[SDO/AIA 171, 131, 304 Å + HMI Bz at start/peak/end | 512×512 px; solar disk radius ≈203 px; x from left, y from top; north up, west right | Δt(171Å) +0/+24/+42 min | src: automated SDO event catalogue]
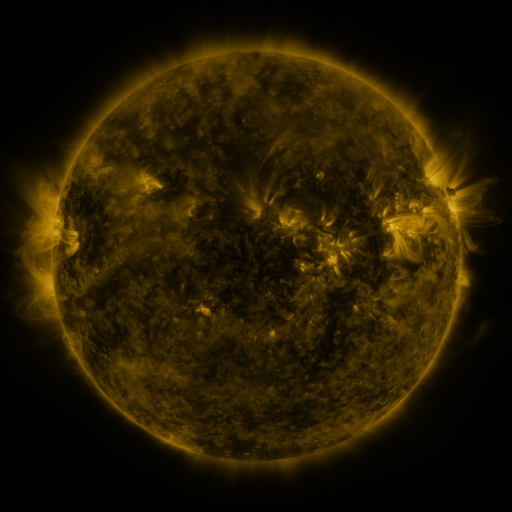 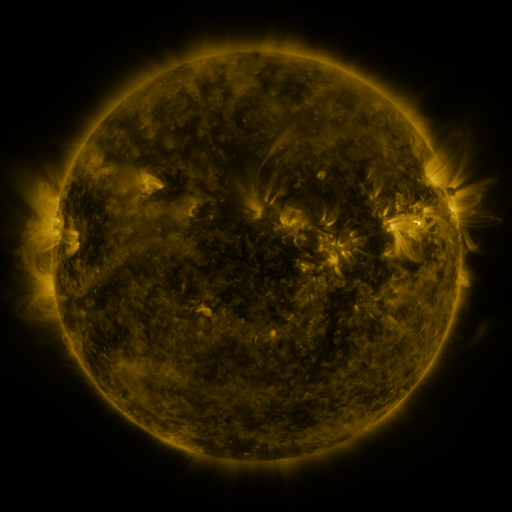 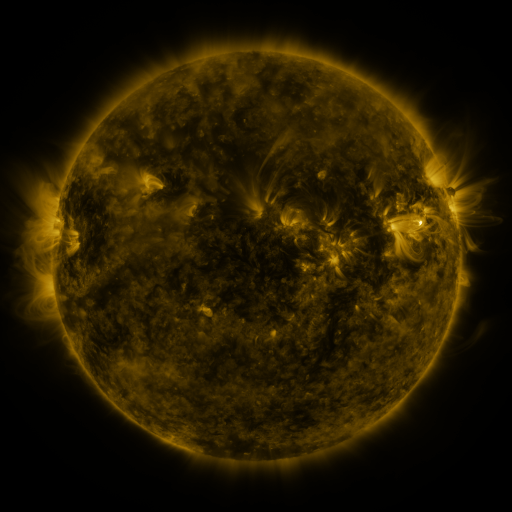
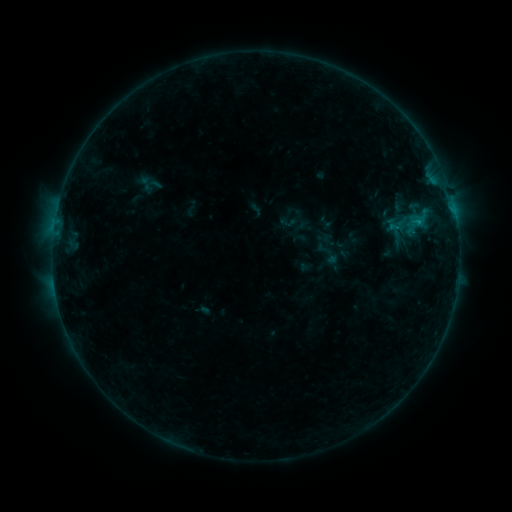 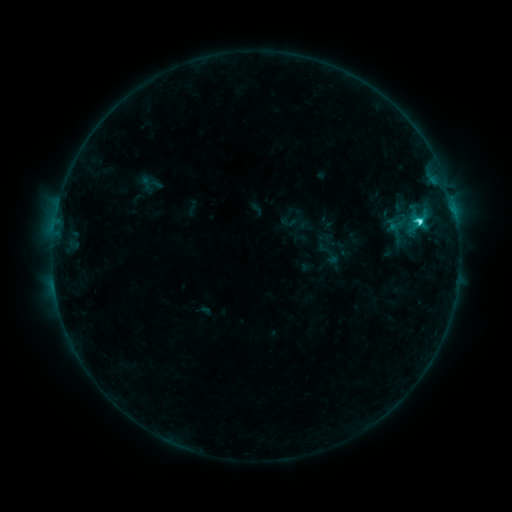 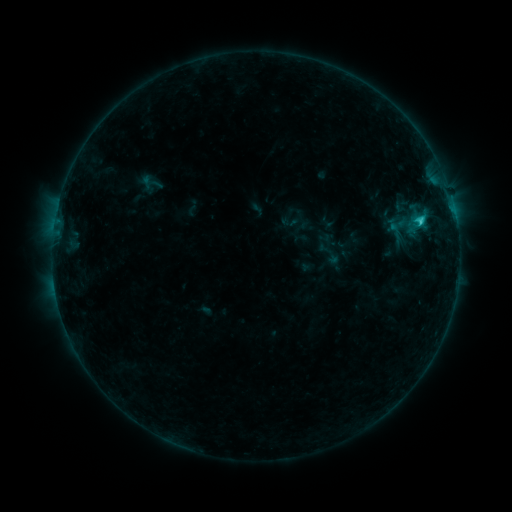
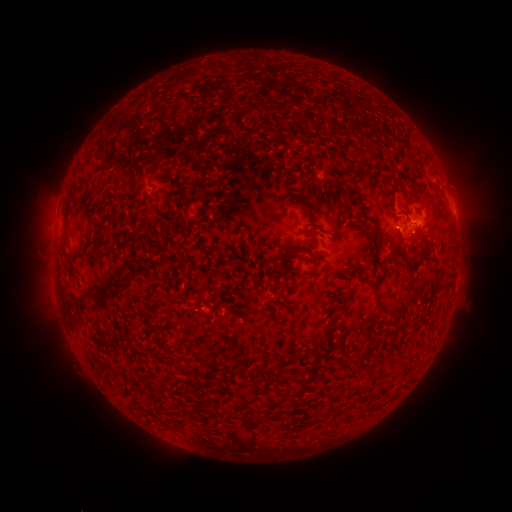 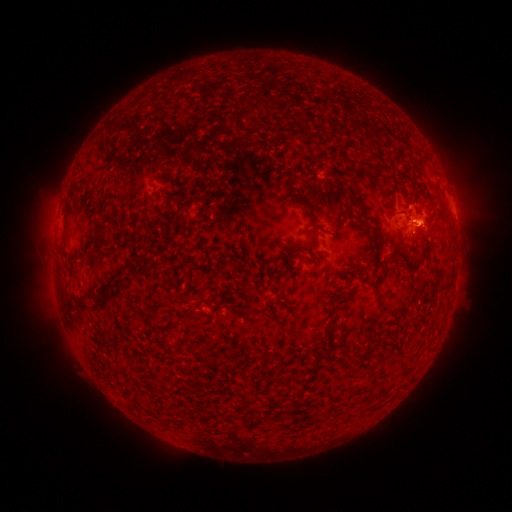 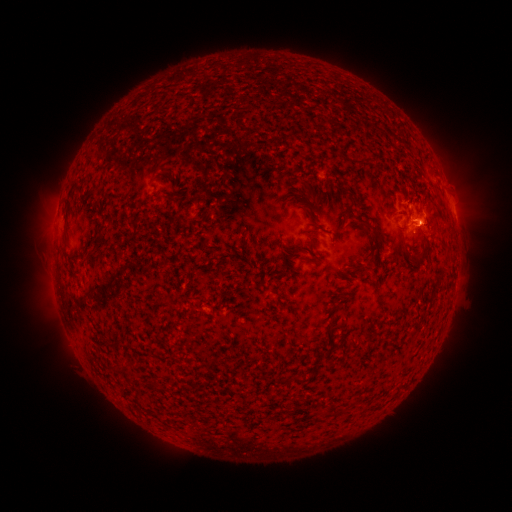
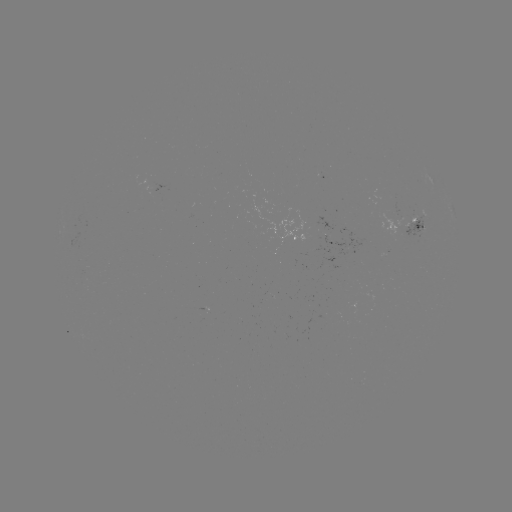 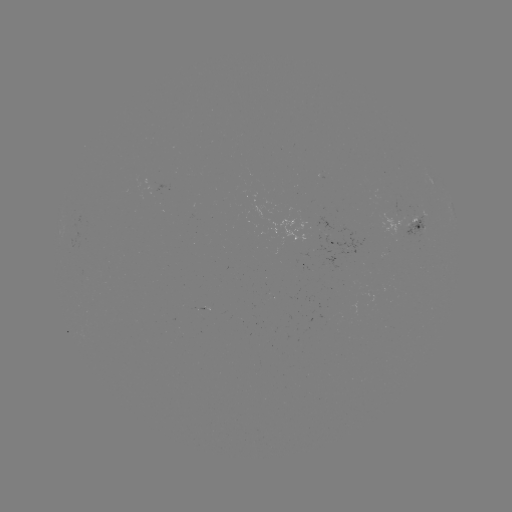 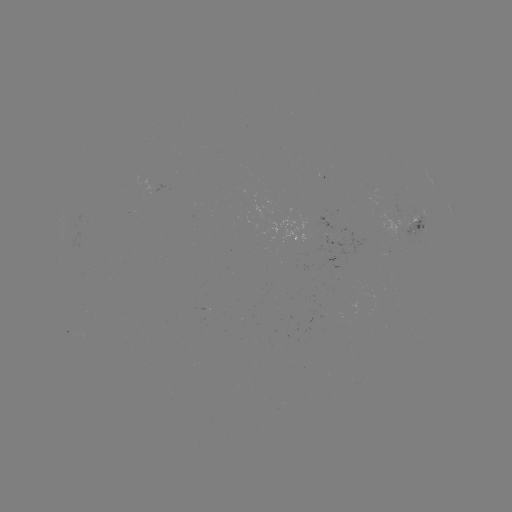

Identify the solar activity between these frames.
C2.2 flare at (418, 225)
